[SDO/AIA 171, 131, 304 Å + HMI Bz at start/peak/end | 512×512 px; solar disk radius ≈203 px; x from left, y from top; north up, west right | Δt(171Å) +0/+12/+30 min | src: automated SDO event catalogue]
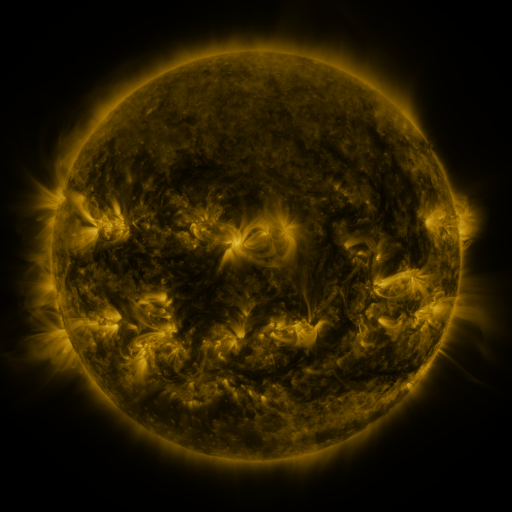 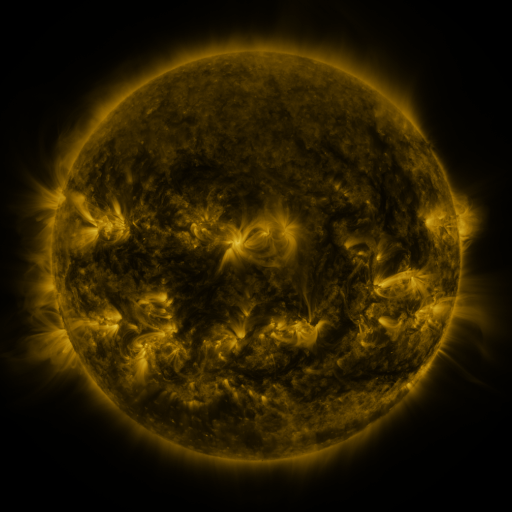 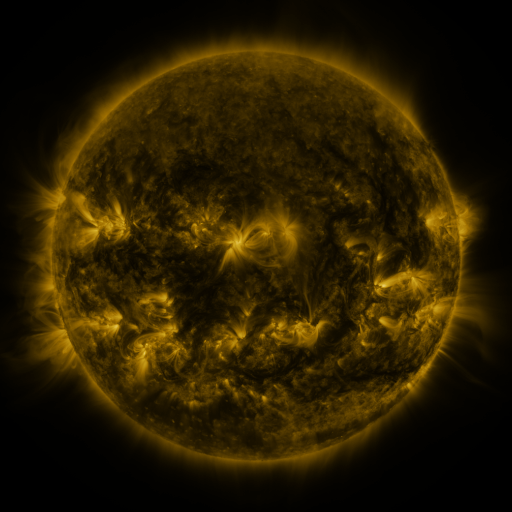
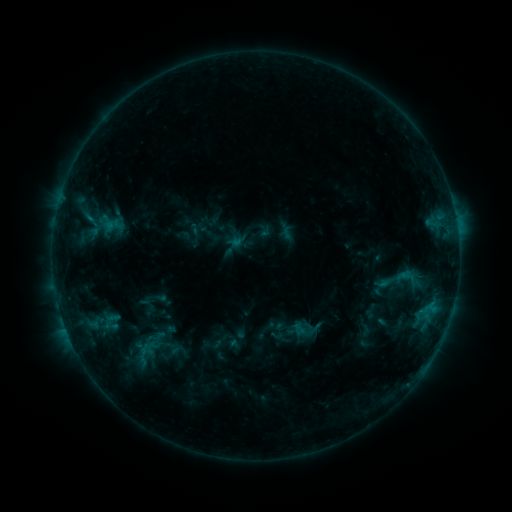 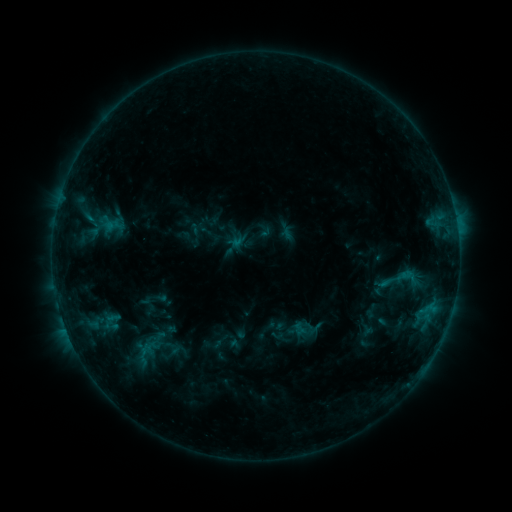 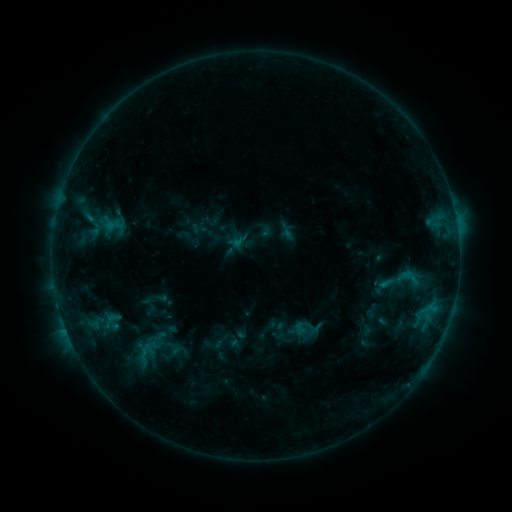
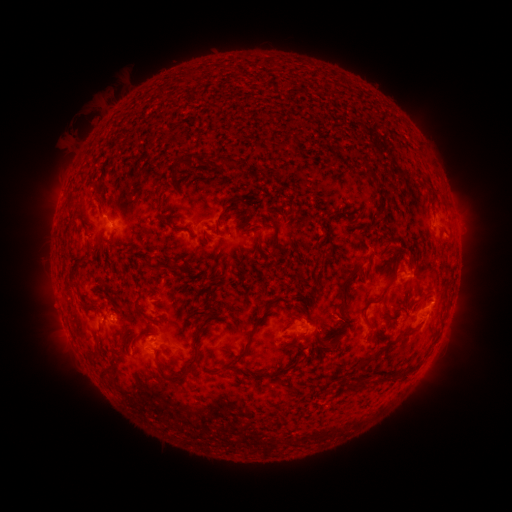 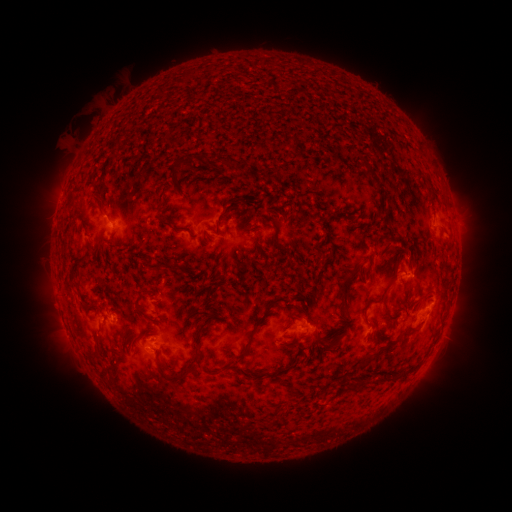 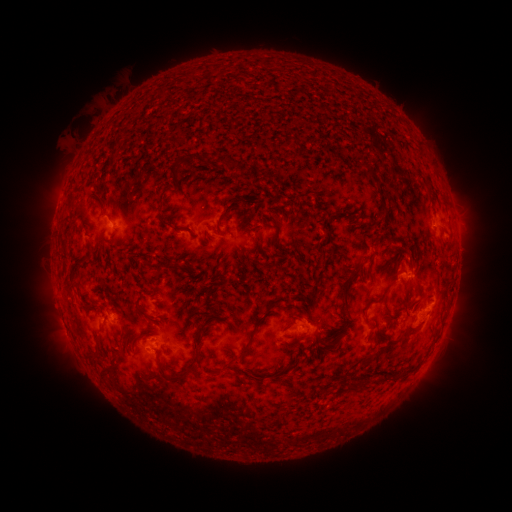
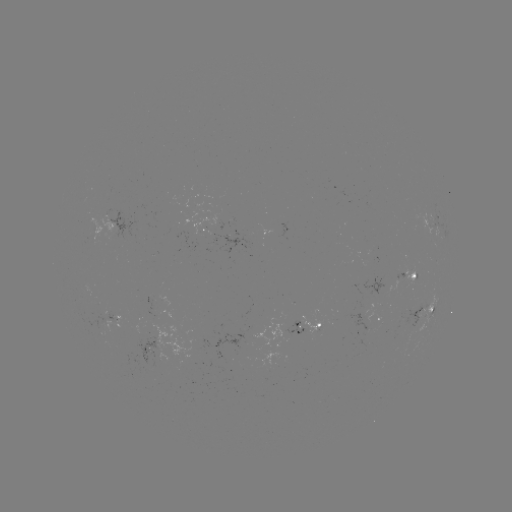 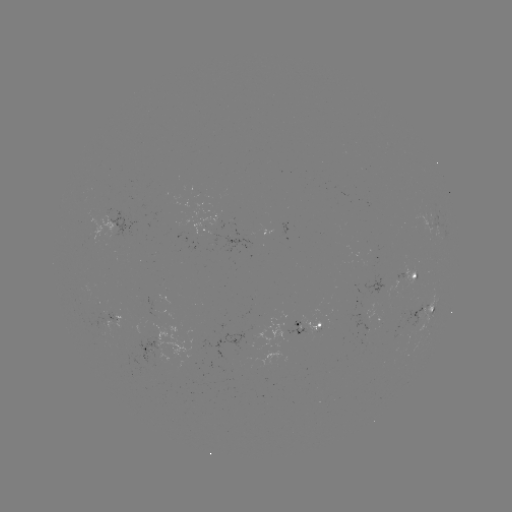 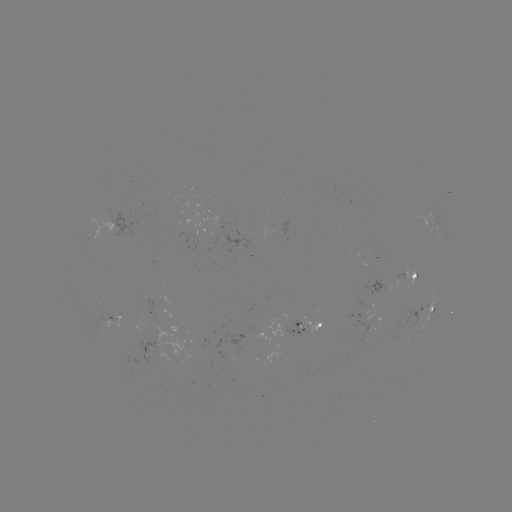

nothing was catalogued: no classed flare, no EUV trigger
